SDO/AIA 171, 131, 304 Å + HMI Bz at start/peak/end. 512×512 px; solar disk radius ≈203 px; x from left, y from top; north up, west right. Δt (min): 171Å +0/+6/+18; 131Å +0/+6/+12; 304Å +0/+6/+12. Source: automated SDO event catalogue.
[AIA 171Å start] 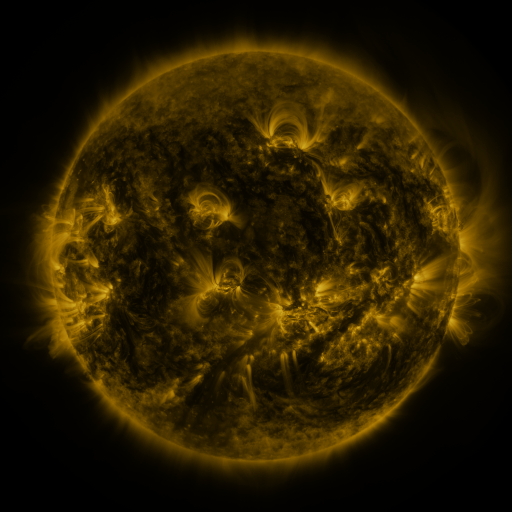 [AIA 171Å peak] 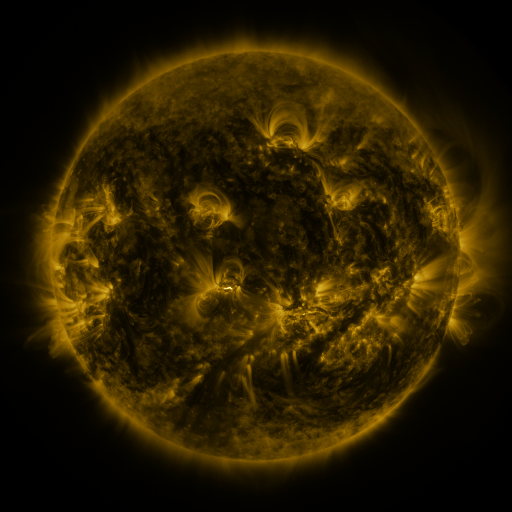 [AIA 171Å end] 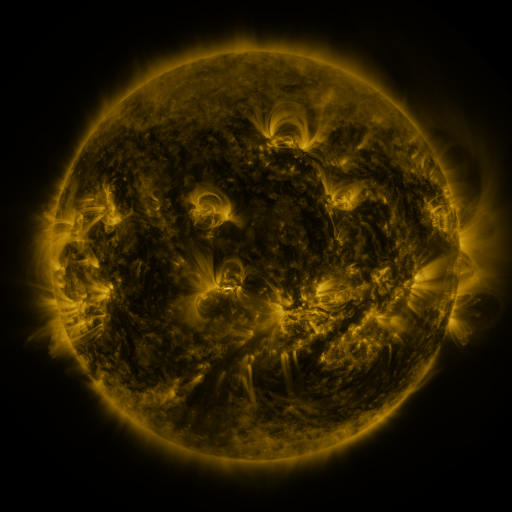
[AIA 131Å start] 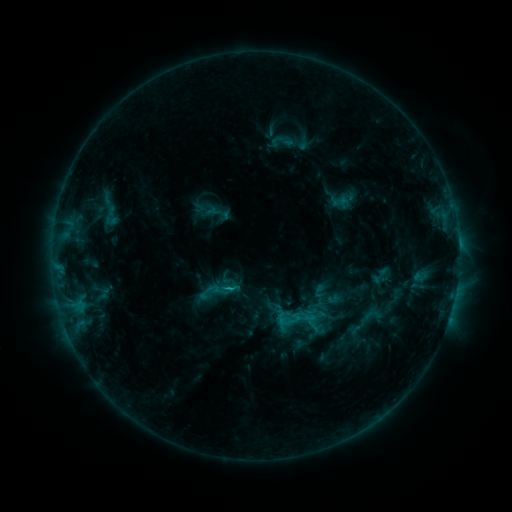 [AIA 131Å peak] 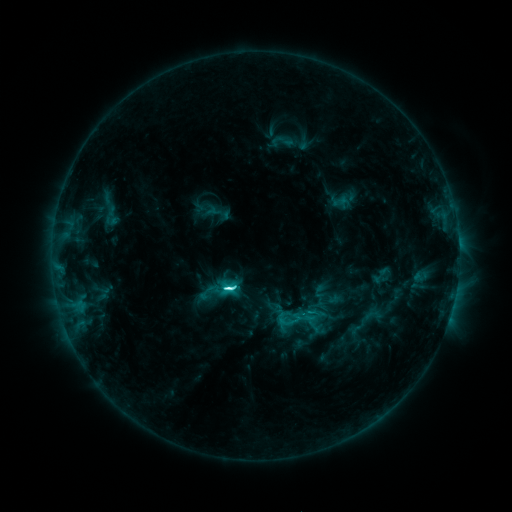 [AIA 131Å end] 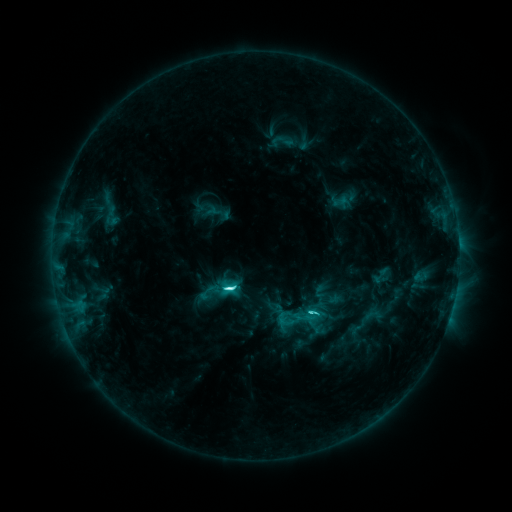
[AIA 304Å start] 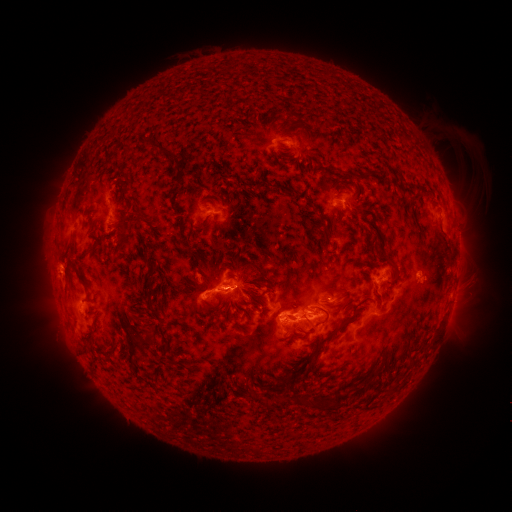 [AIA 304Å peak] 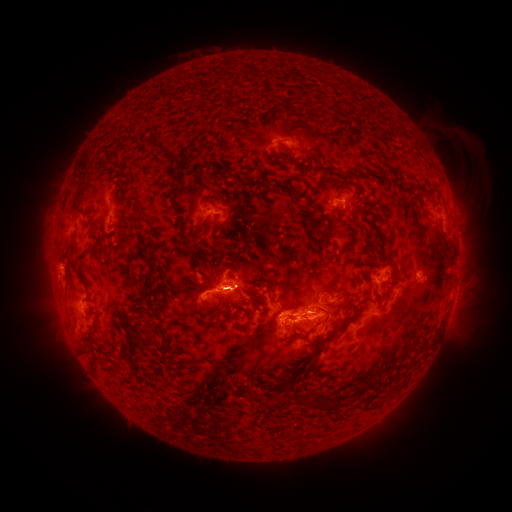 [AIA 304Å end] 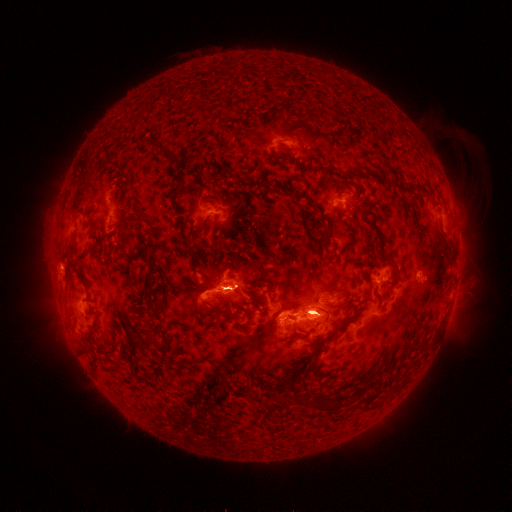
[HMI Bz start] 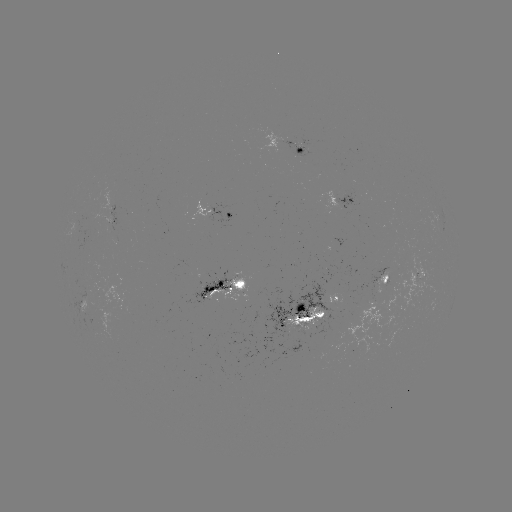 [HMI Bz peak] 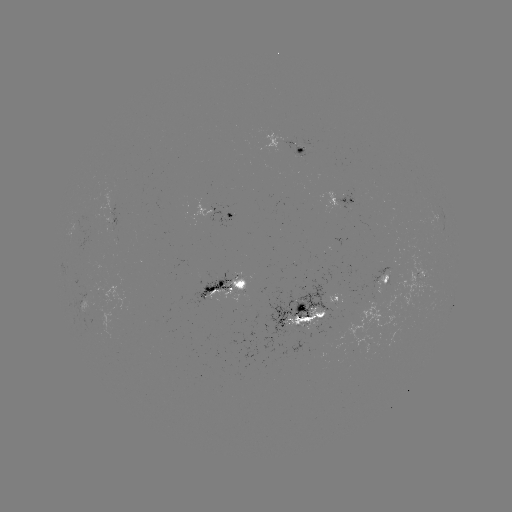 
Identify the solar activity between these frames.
C7.9 flare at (231, 286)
